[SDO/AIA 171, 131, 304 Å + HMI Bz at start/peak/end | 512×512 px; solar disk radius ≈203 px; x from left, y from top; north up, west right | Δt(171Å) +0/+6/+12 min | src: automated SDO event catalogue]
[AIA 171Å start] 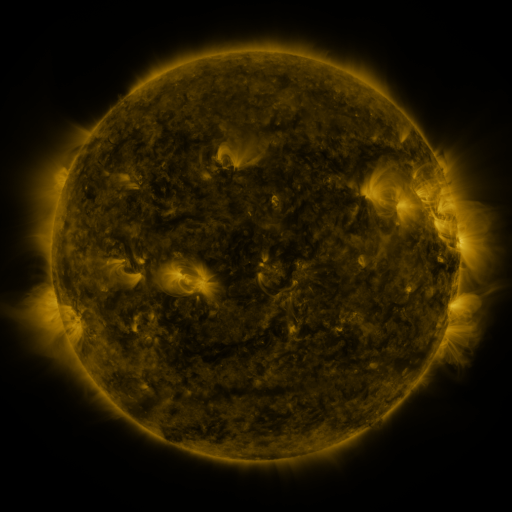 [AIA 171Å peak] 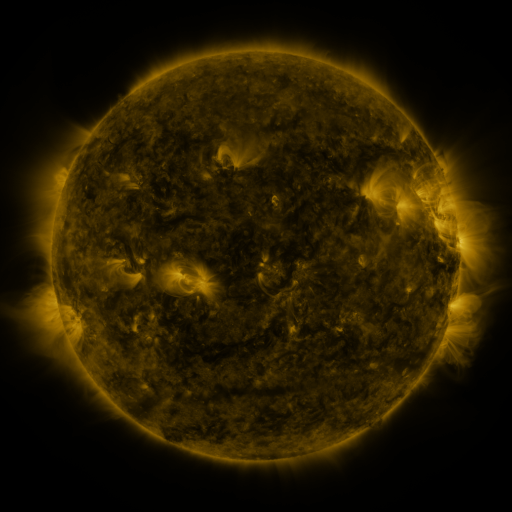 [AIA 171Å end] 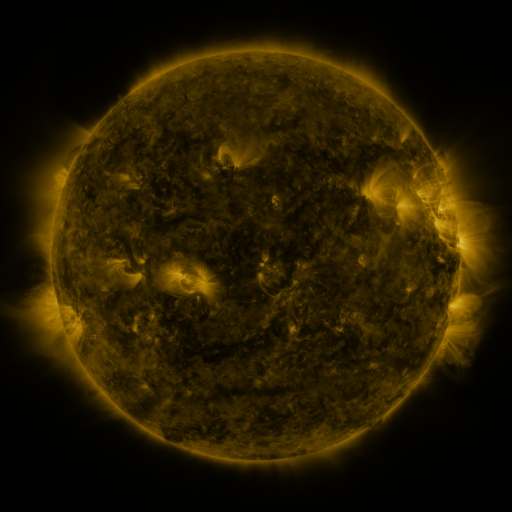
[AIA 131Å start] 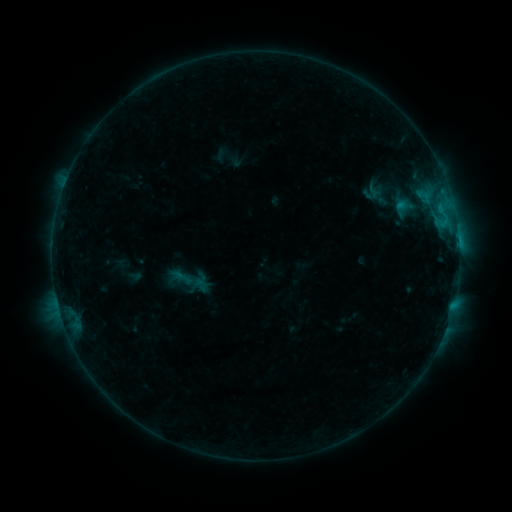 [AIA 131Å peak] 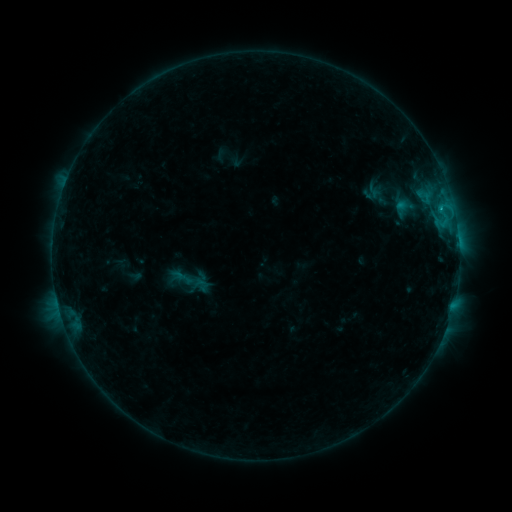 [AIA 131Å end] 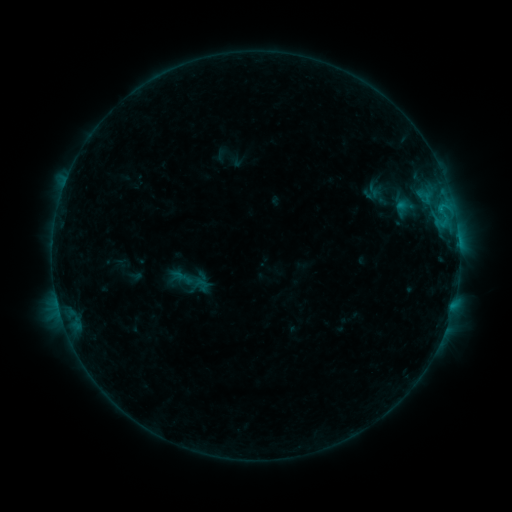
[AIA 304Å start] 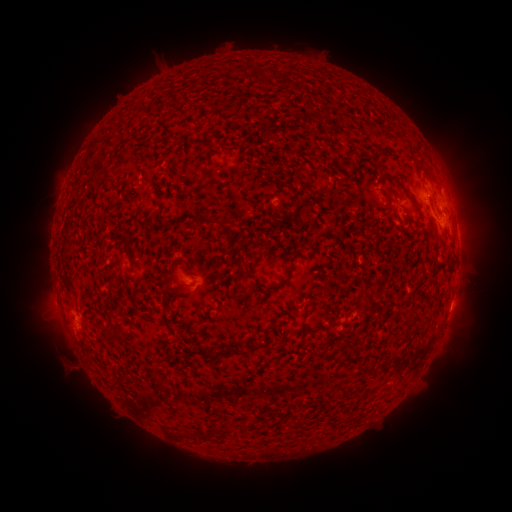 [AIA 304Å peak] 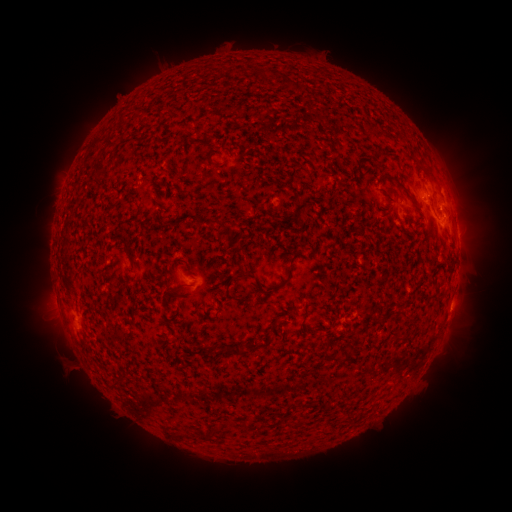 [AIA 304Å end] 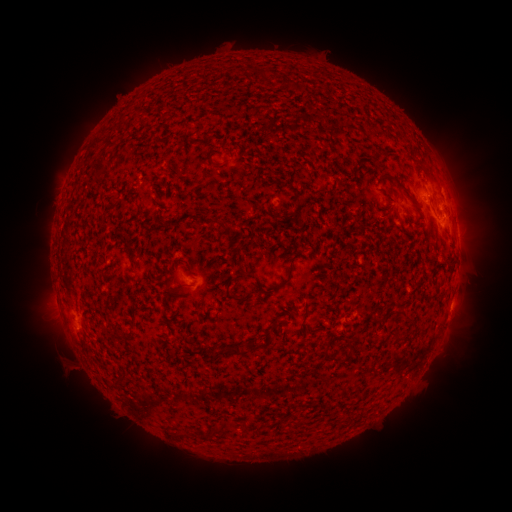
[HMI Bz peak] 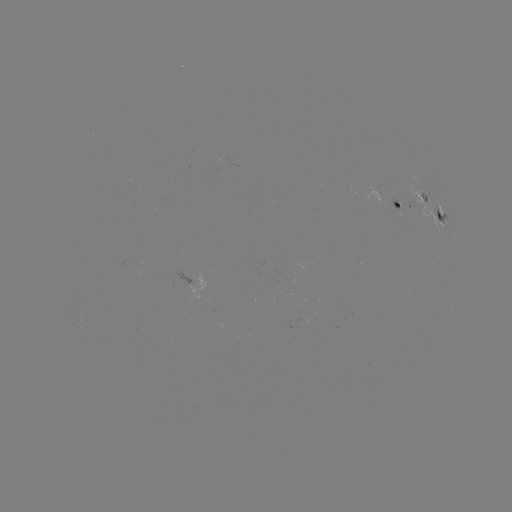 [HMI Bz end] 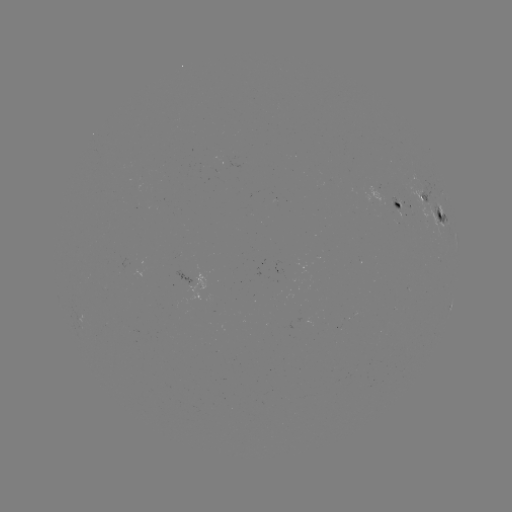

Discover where B5.0 flare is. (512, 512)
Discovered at [440, 211].